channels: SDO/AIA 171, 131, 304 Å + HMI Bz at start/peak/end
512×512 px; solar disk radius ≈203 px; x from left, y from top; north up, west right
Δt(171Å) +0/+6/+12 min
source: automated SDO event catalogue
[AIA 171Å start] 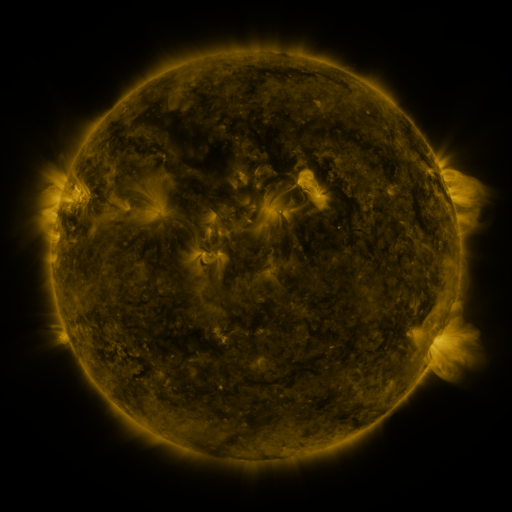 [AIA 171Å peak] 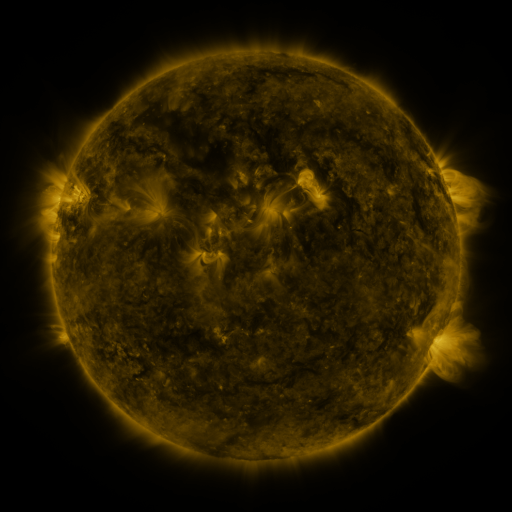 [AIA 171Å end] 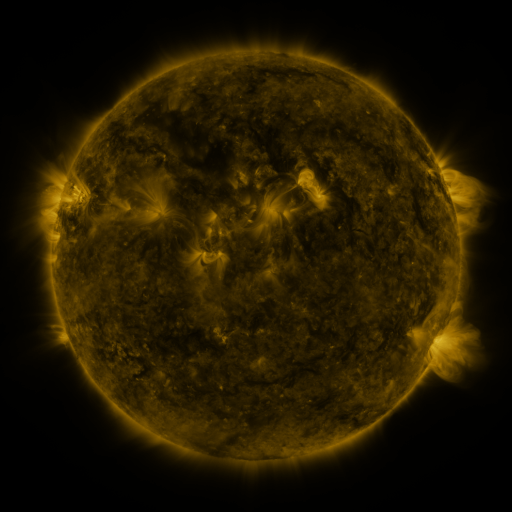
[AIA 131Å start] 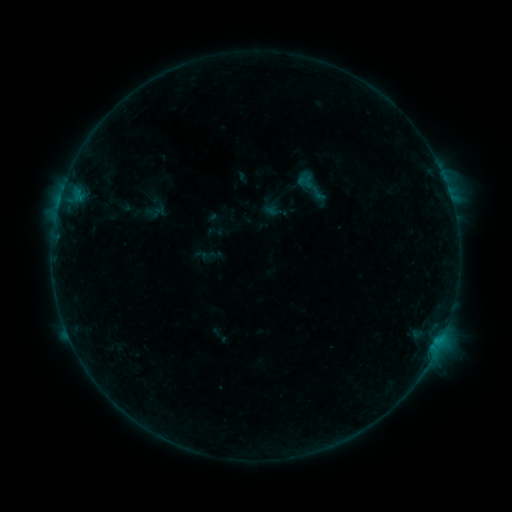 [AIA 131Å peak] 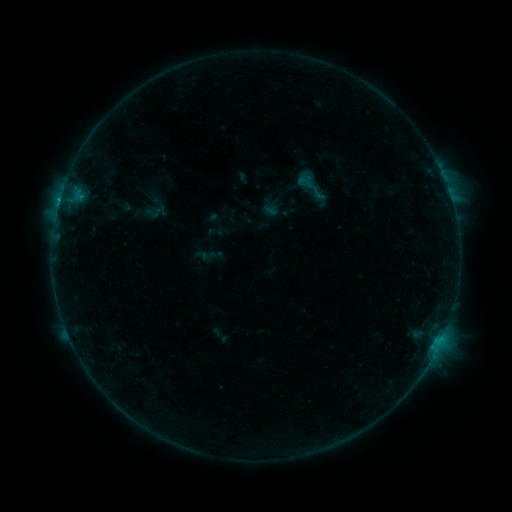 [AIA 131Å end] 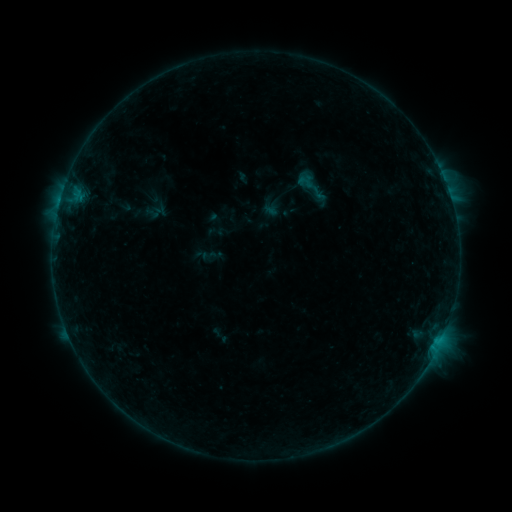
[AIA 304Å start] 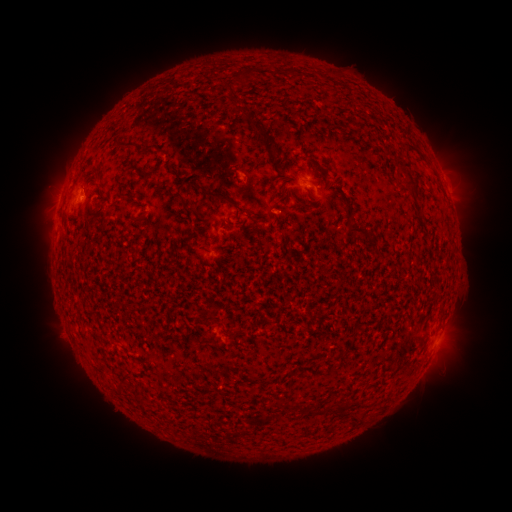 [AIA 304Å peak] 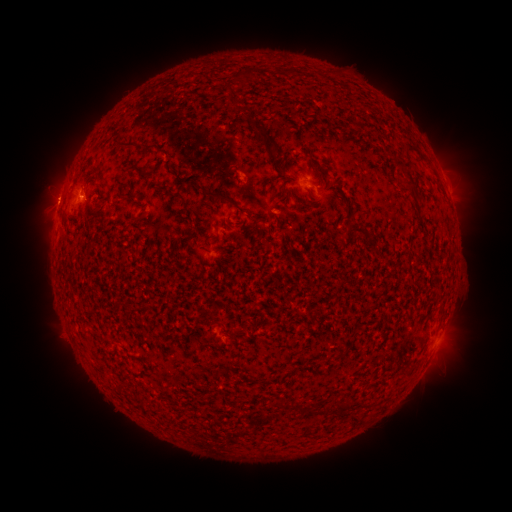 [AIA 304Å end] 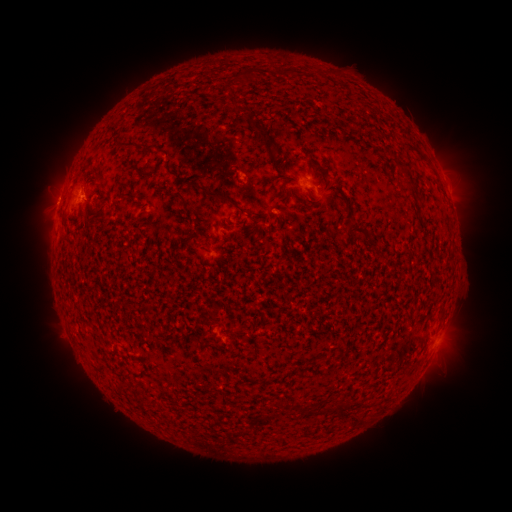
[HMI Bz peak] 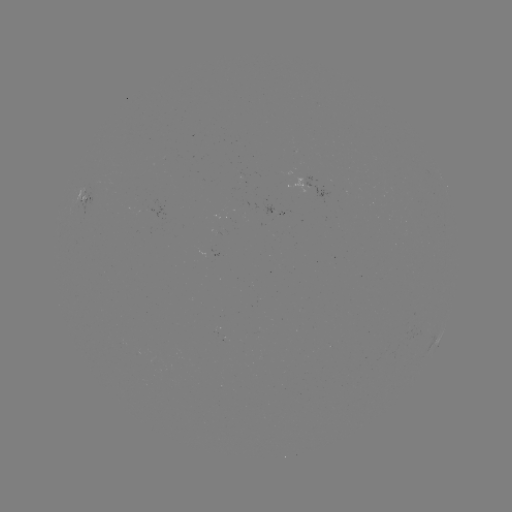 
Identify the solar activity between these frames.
B7.2 flare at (59, 204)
